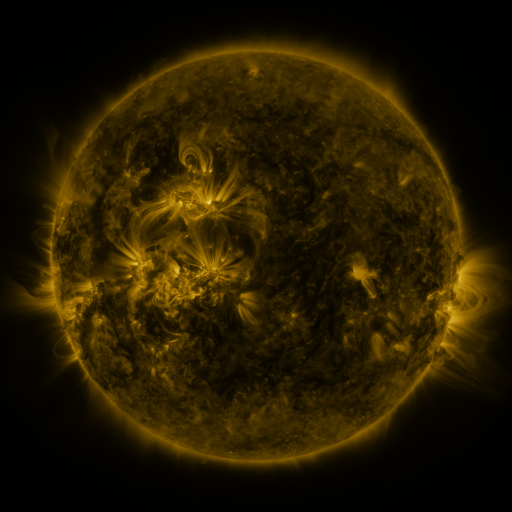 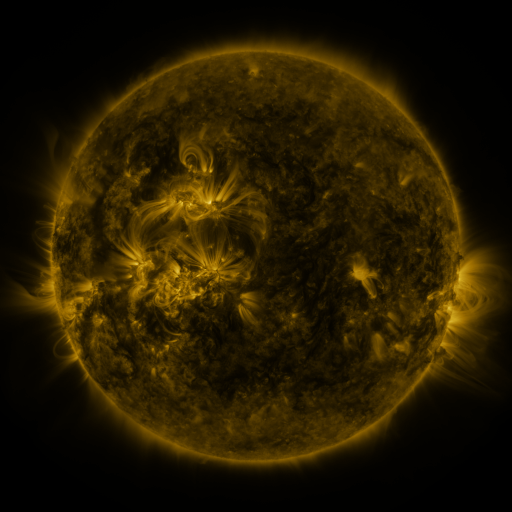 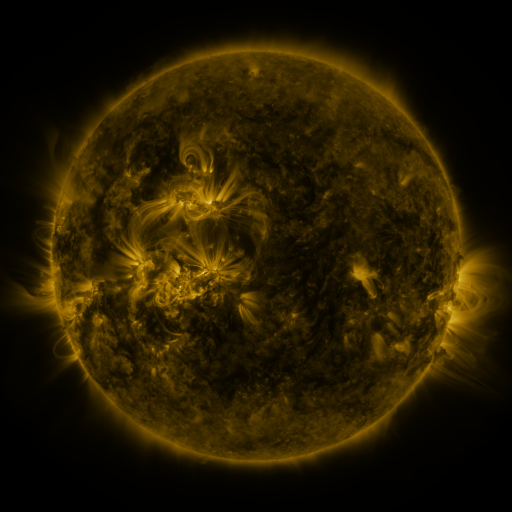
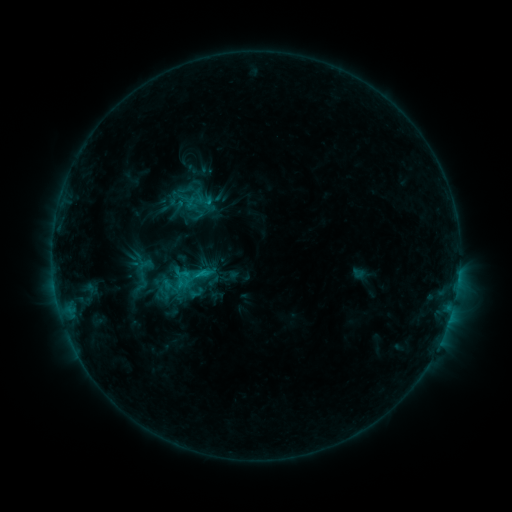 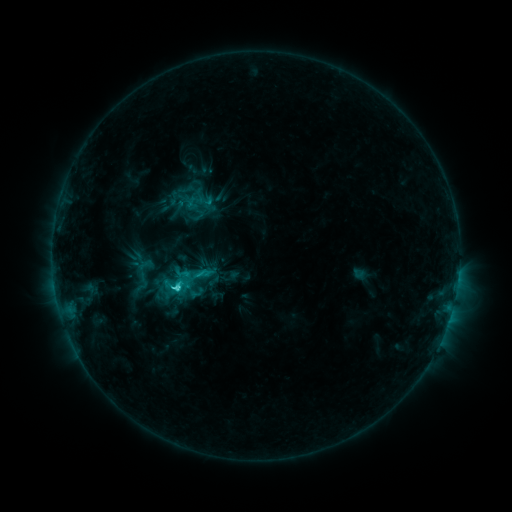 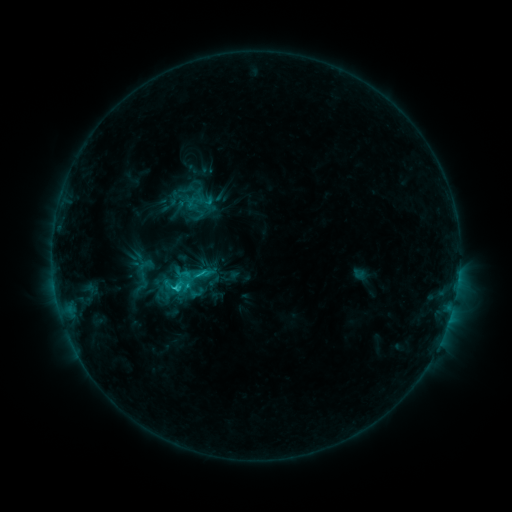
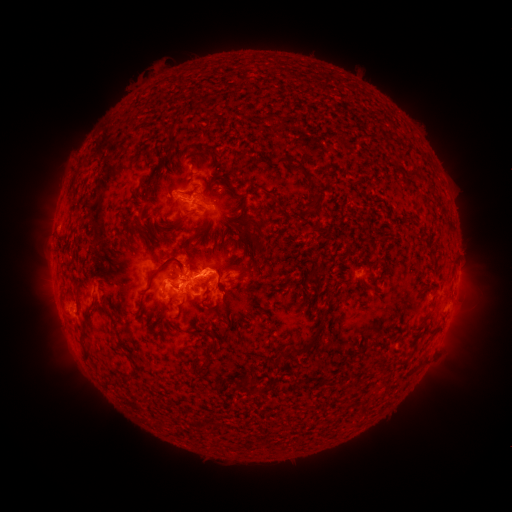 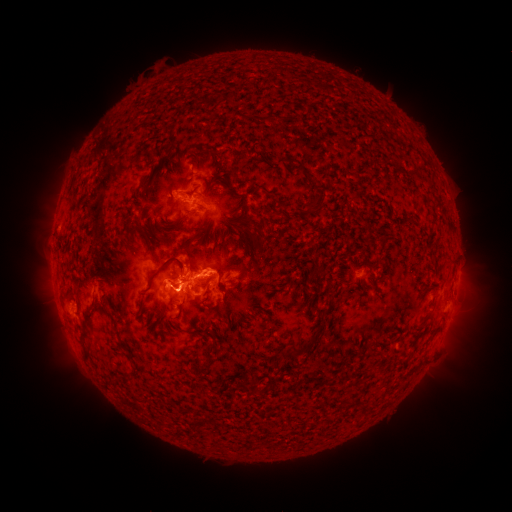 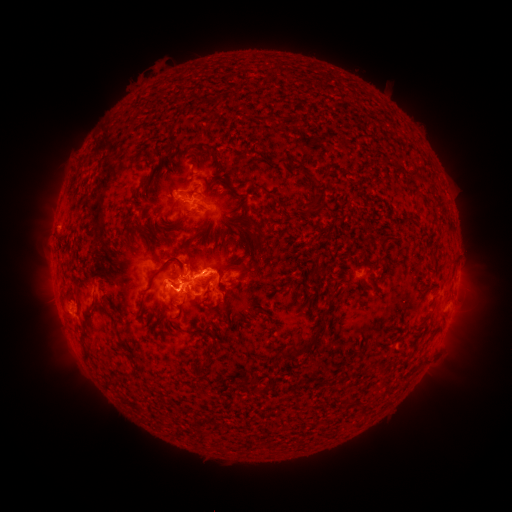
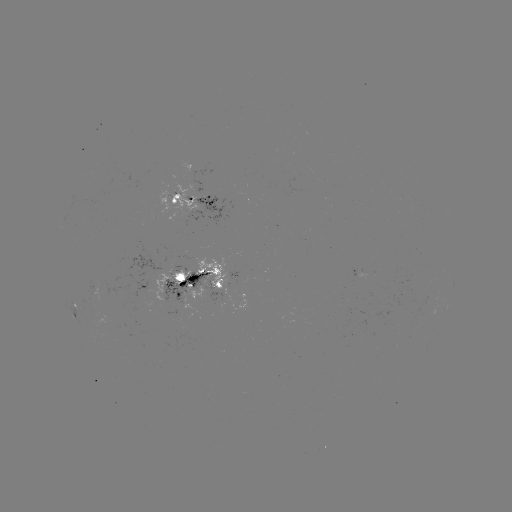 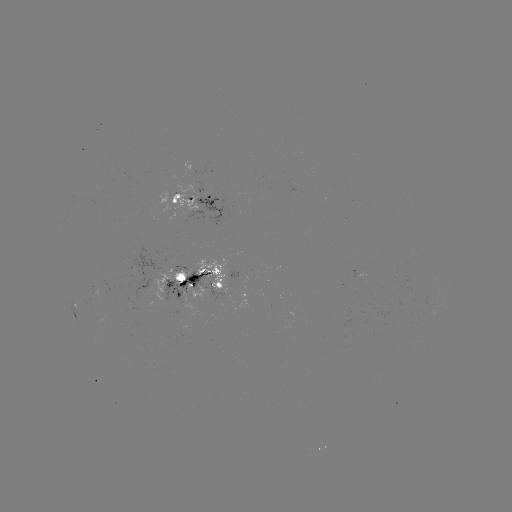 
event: flare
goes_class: C3.4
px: (178, 285)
